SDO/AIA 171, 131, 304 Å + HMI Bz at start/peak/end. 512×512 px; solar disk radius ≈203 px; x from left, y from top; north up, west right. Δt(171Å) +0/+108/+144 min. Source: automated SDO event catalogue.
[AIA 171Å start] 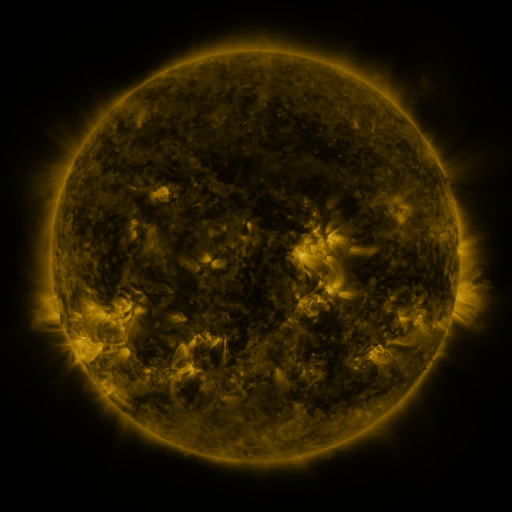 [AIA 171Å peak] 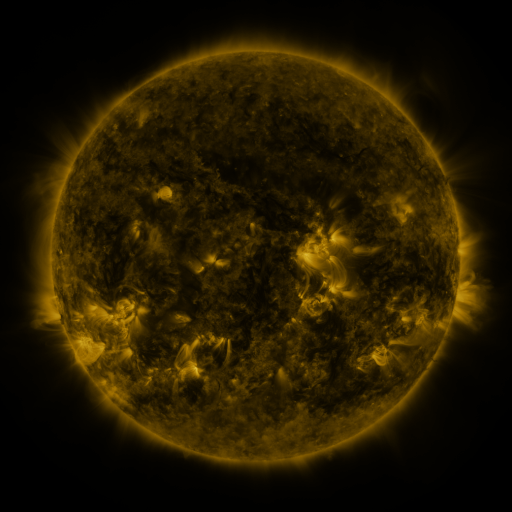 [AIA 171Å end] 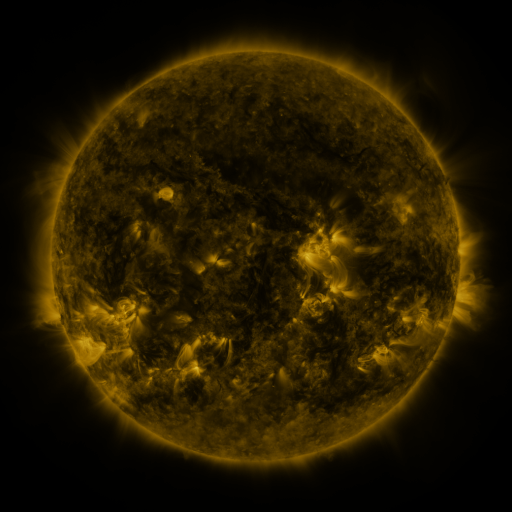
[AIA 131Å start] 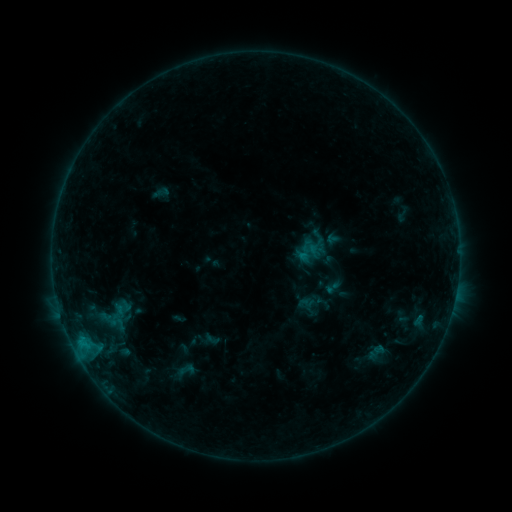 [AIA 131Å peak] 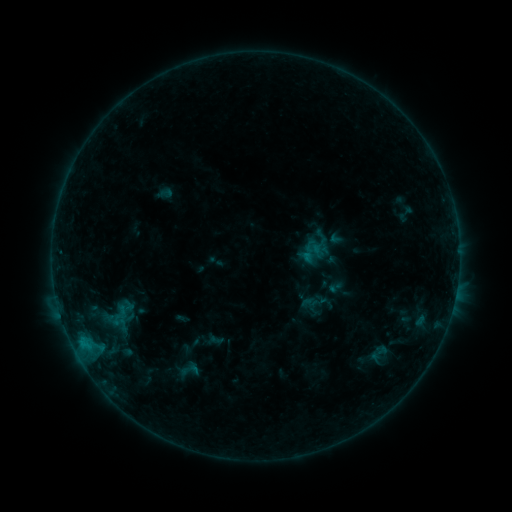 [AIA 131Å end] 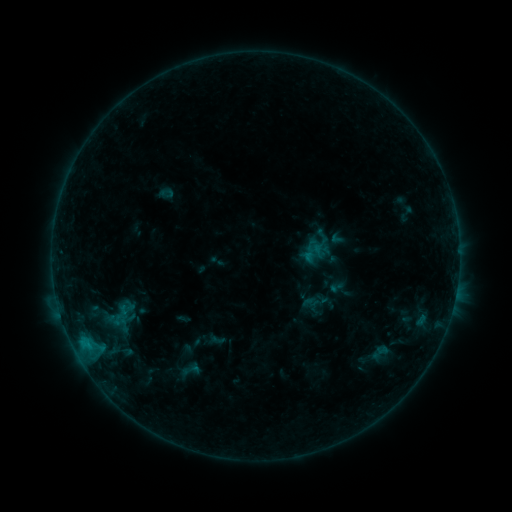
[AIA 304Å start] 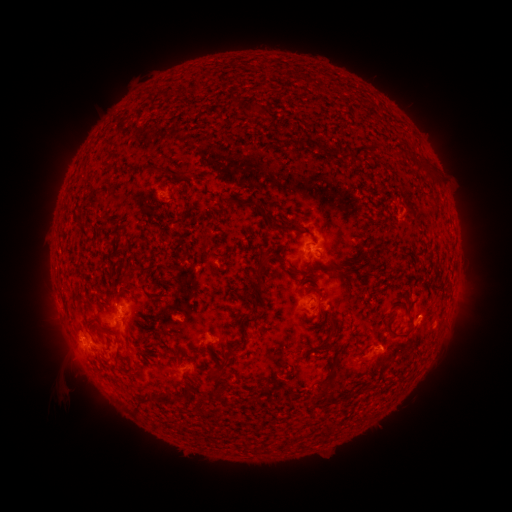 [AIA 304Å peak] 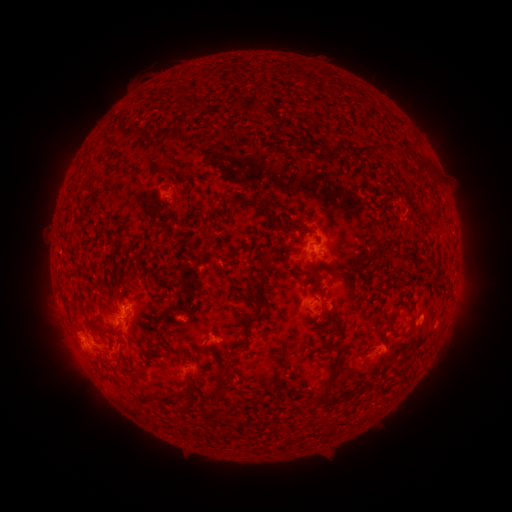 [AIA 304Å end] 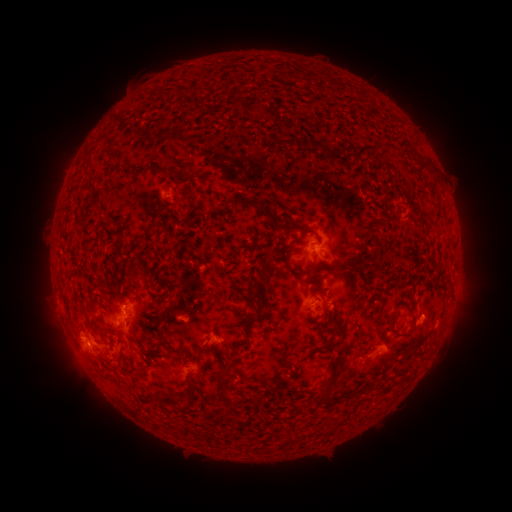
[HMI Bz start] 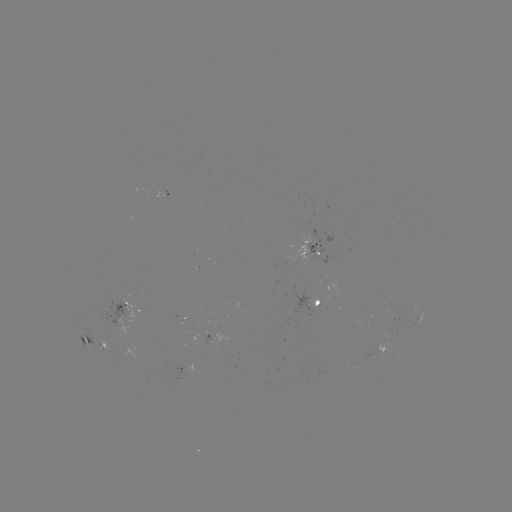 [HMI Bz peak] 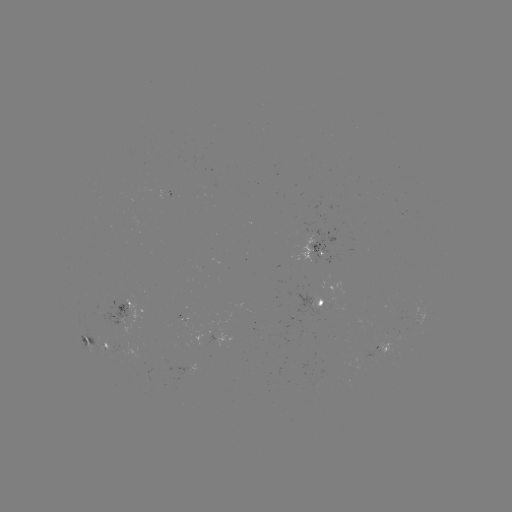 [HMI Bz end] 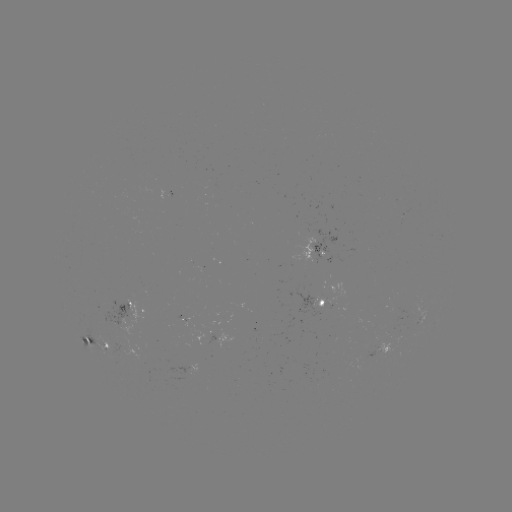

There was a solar emerging-flux region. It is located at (118, 363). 